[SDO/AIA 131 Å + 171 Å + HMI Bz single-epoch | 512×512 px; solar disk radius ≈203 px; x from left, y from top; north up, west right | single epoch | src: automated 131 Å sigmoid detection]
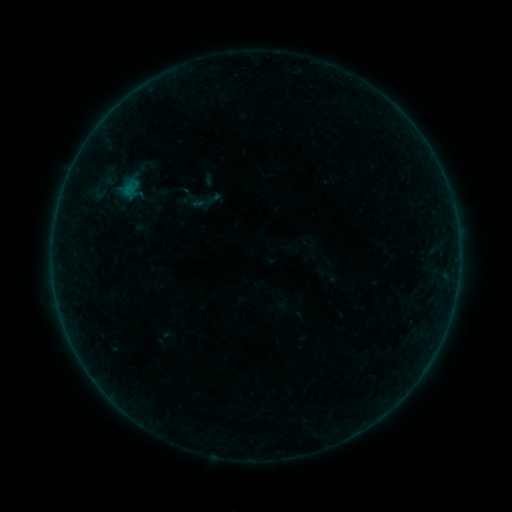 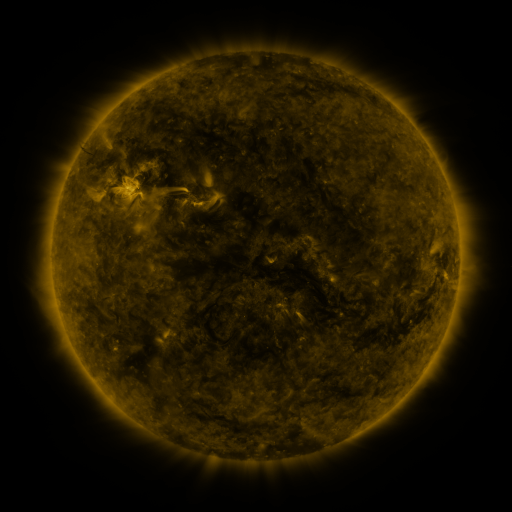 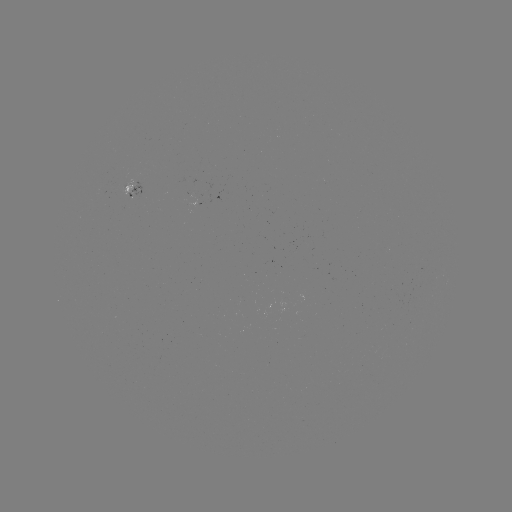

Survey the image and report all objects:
sigmoid: (189, 184, 223, 218)
